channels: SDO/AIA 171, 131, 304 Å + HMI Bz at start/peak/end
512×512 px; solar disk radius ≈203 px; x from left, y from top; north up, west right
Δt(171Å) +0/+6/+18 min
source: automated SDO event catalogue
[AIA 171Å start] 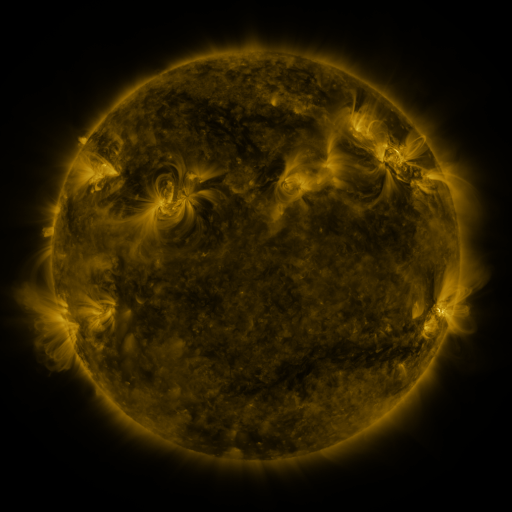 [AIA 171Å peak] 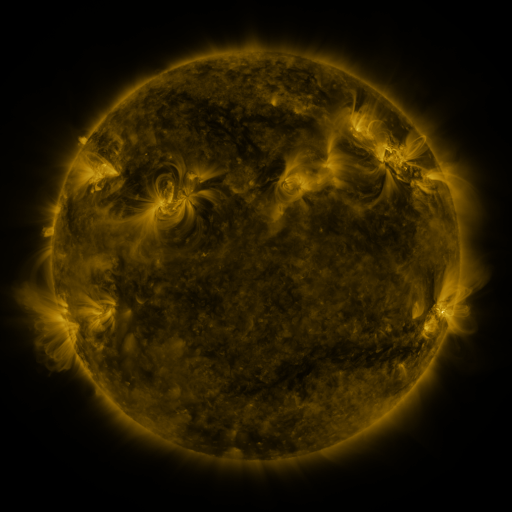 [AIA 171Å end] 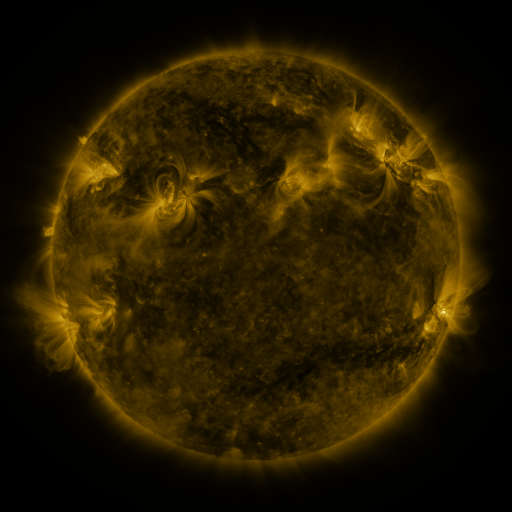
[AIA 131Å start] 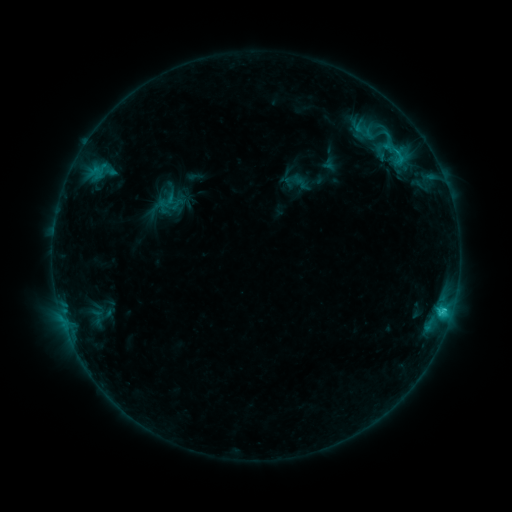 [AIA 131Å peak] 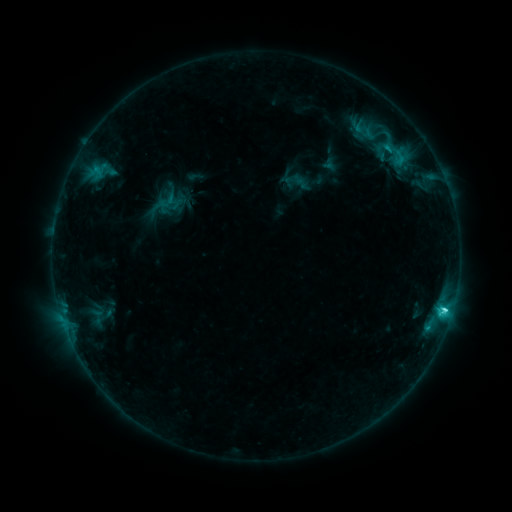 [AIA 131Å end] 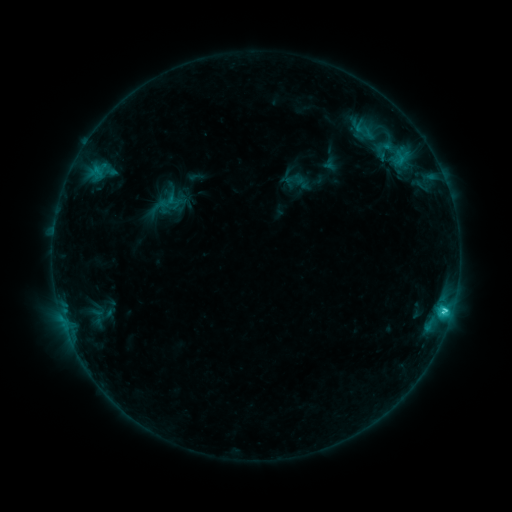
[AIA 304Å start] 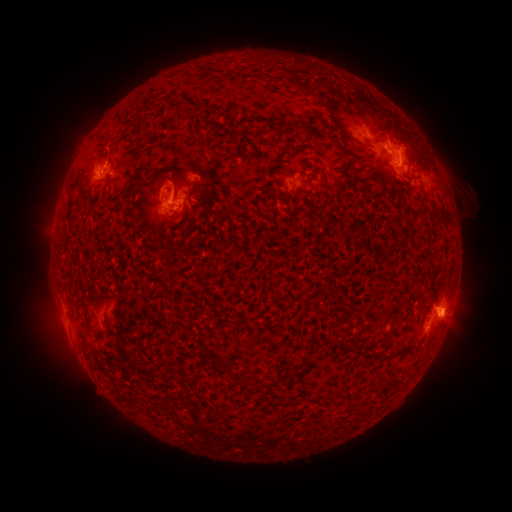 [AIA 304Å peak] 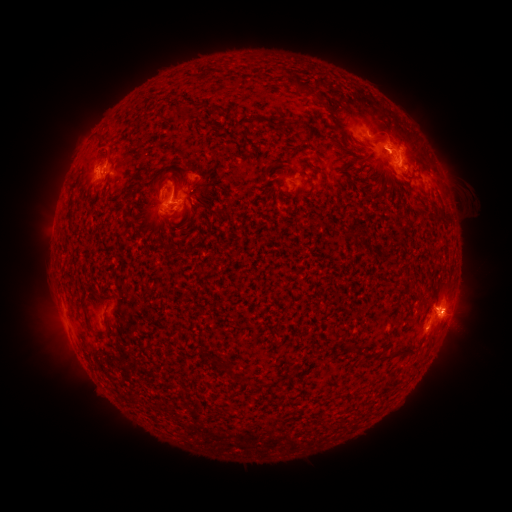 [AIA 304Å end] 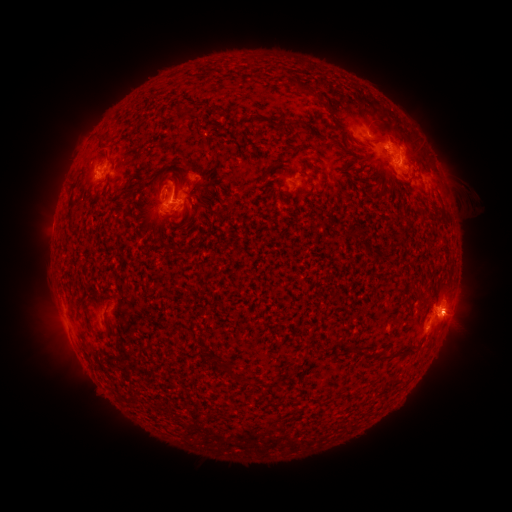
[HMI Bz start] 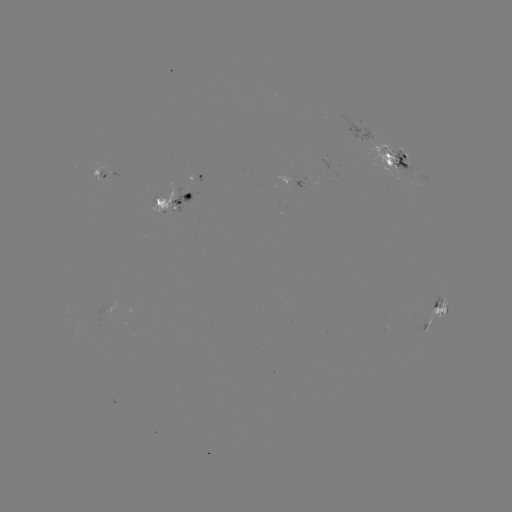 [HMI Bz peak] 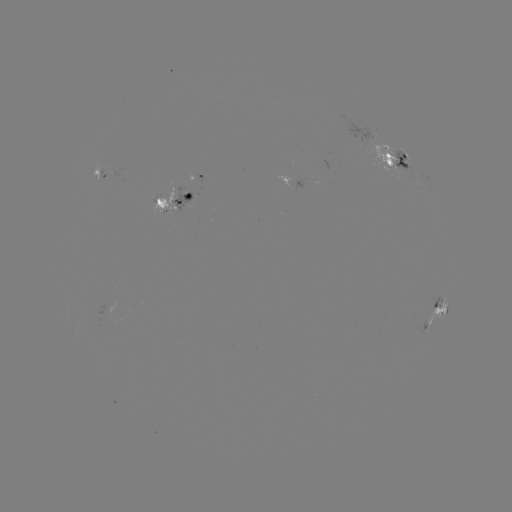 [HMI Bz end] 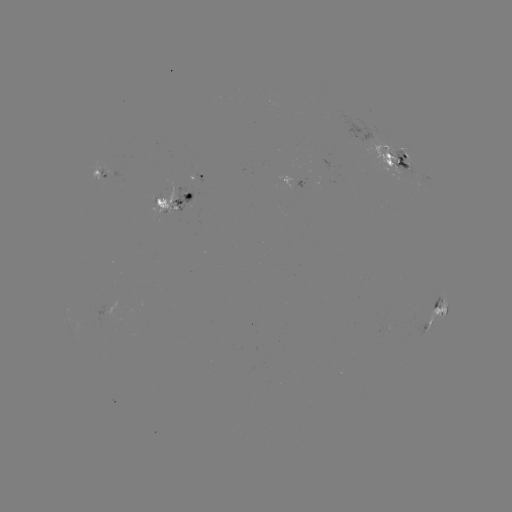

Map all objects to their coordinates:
C3.6 flare: (444, 309)
